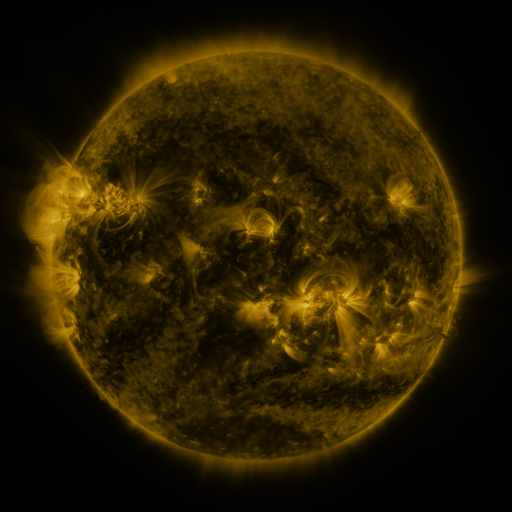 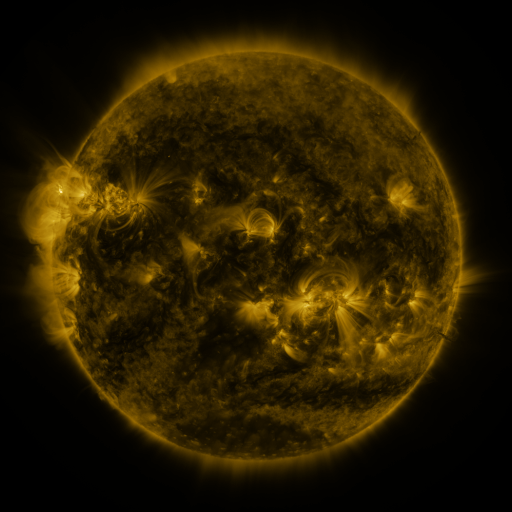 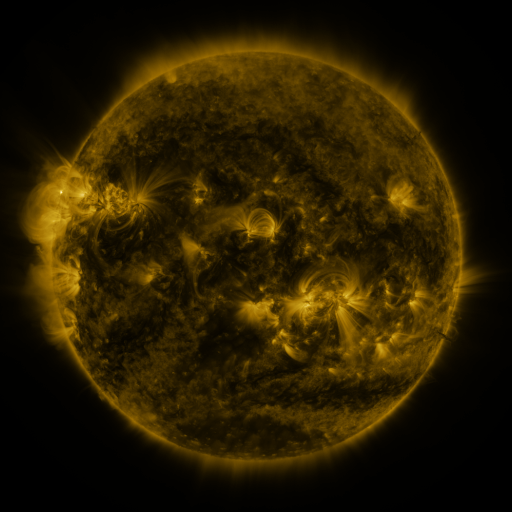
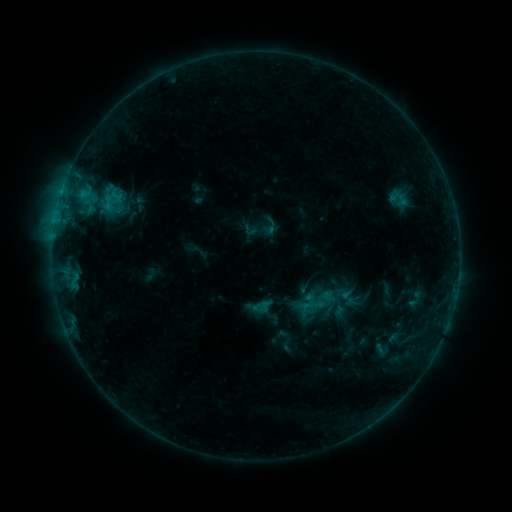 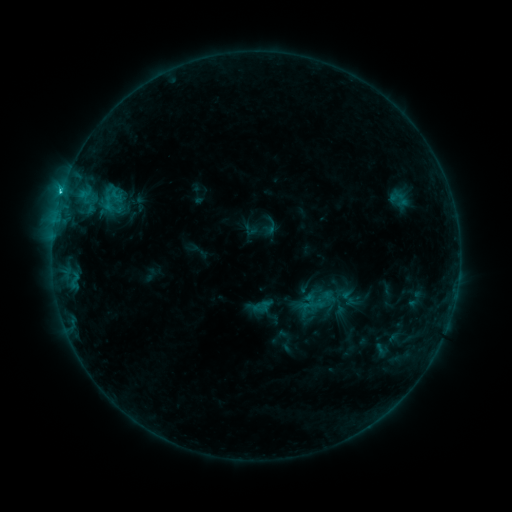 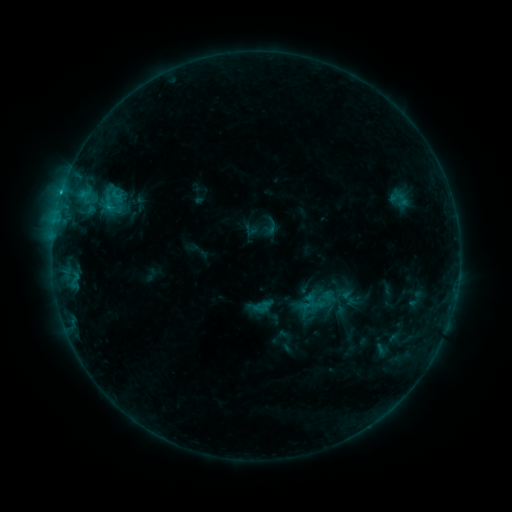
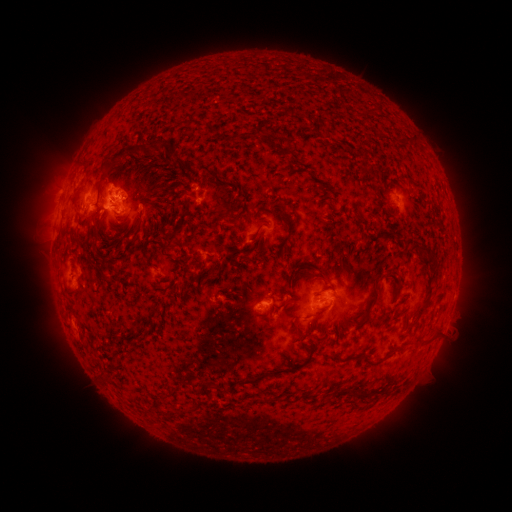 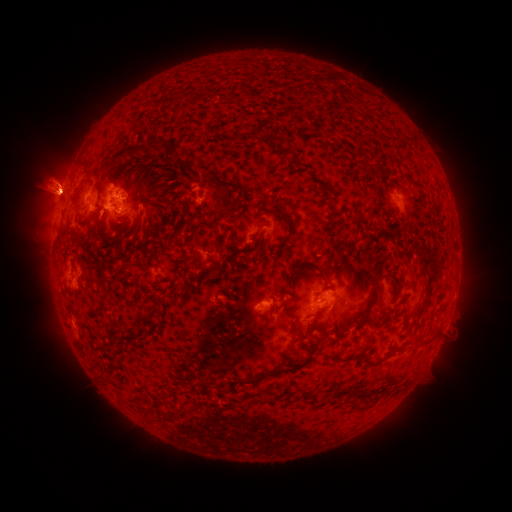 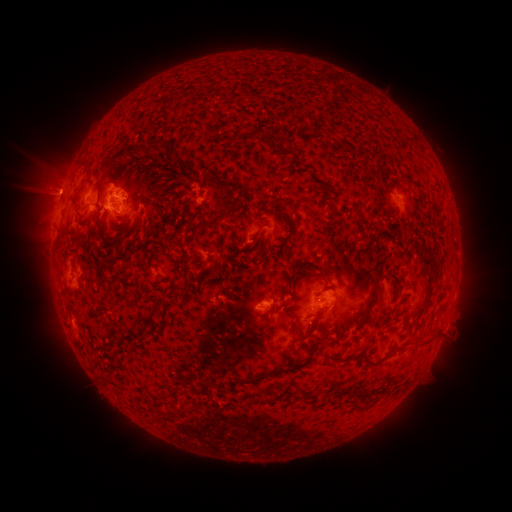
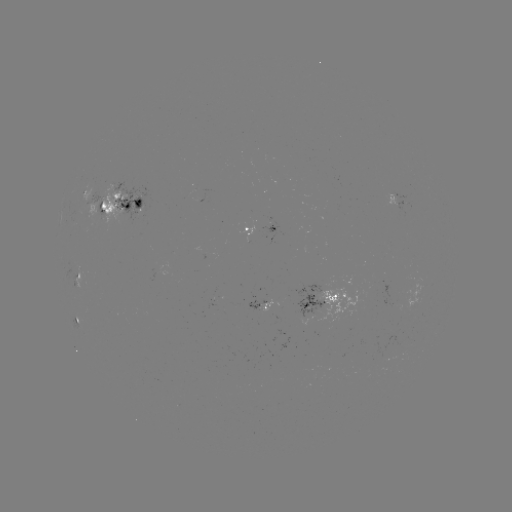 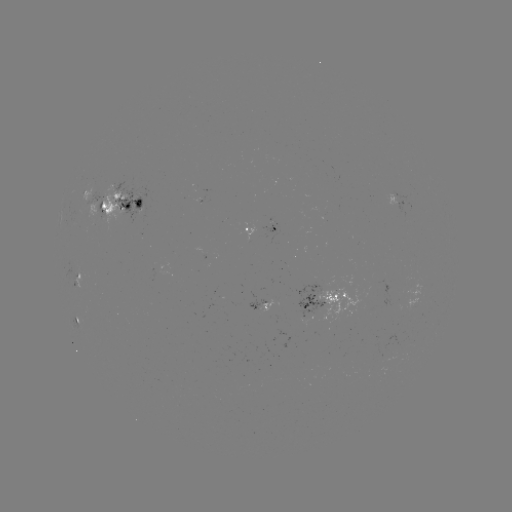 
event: eruption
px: (47, 189)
